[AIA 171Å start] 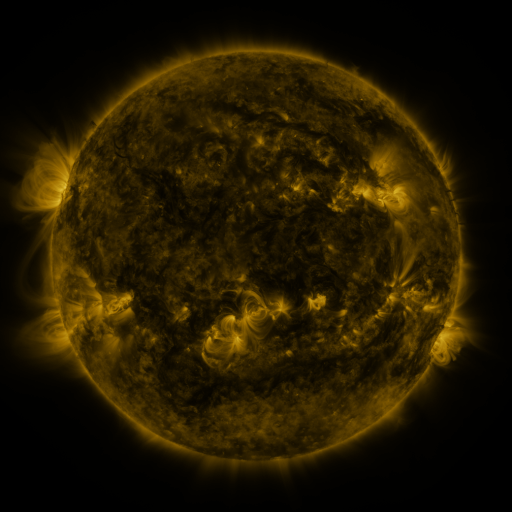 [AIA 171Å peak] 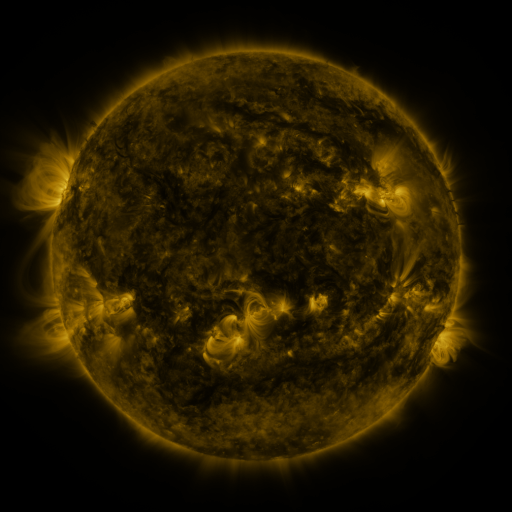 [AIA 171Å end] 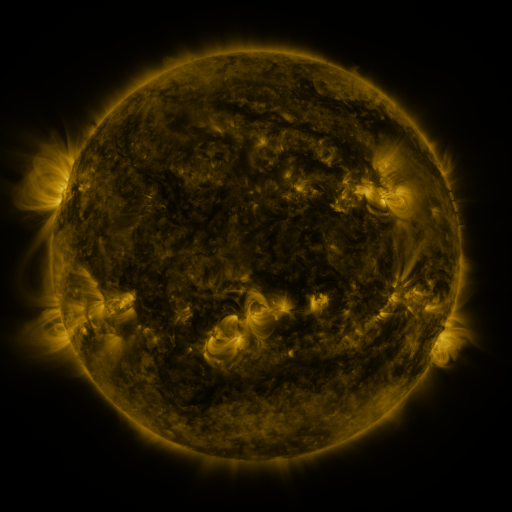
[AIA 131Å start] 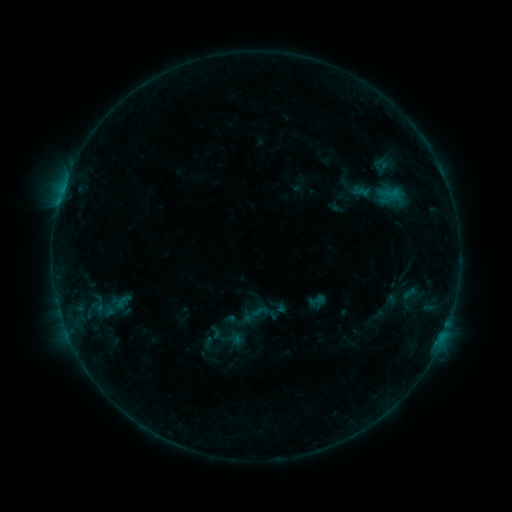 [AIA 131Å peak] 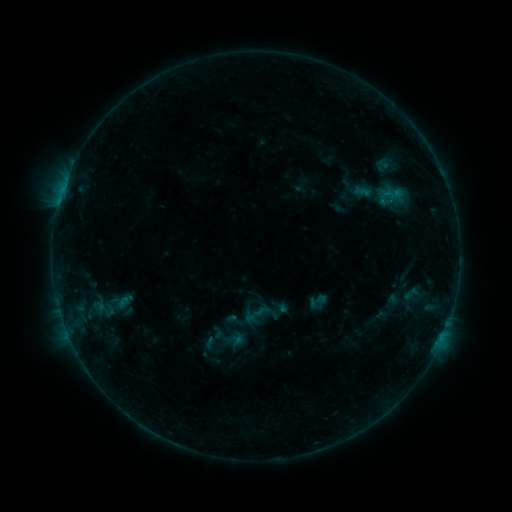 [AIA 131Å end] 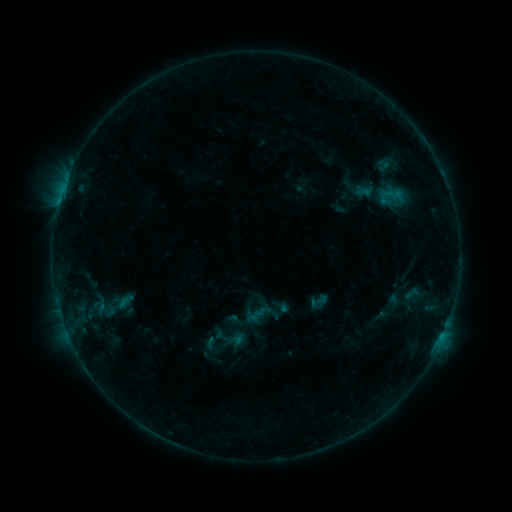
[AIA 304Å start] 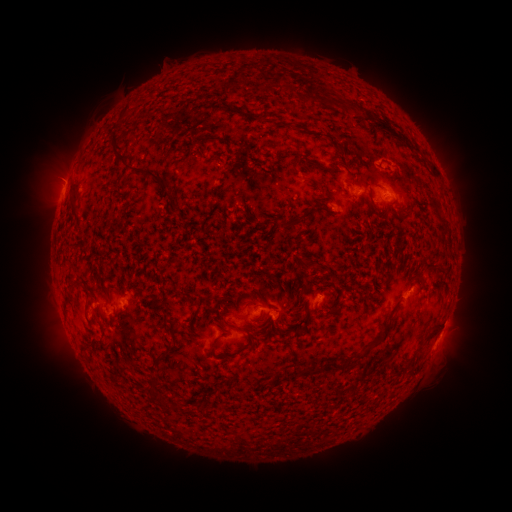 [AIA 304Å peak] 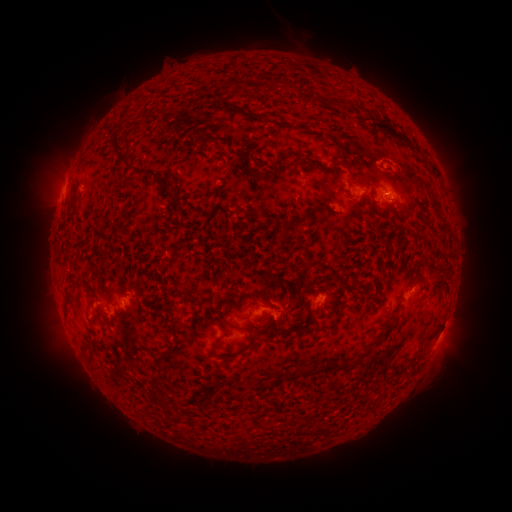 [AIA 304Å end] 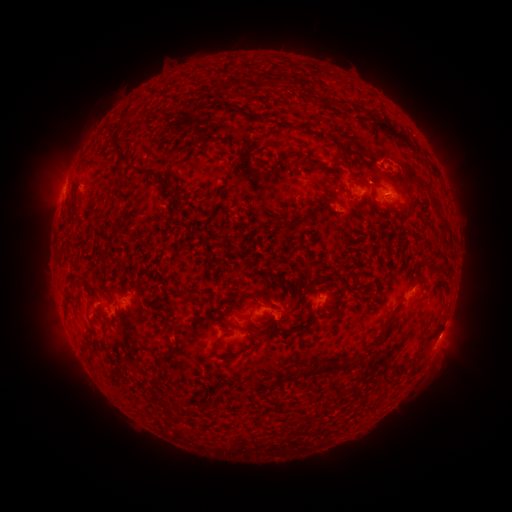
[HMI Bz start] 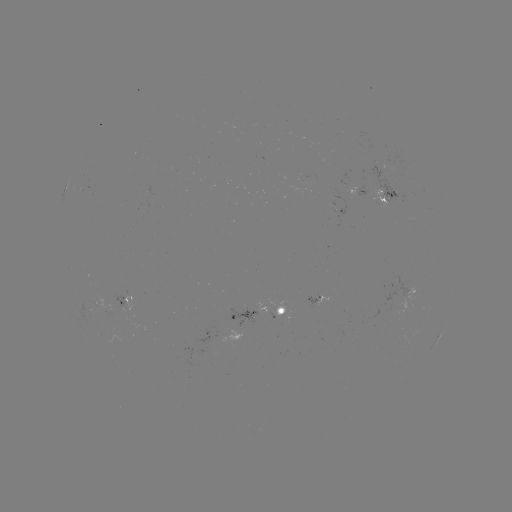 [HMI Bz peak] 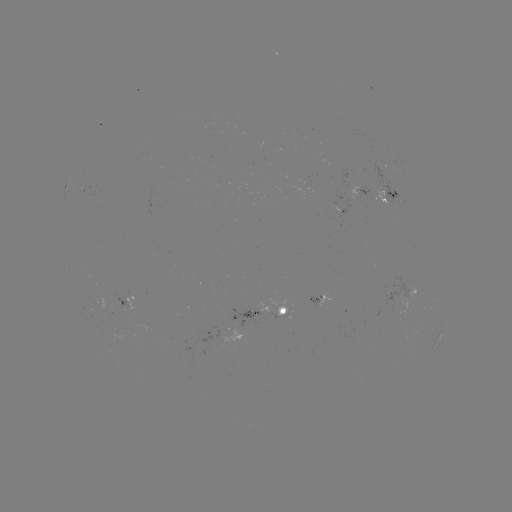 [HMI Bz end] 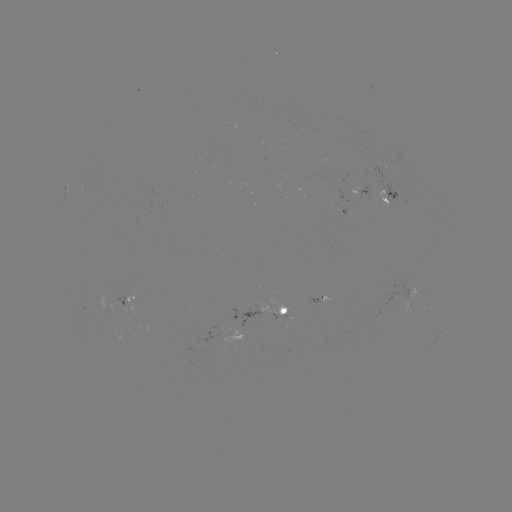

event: emerging-flux region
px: (392, 190)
